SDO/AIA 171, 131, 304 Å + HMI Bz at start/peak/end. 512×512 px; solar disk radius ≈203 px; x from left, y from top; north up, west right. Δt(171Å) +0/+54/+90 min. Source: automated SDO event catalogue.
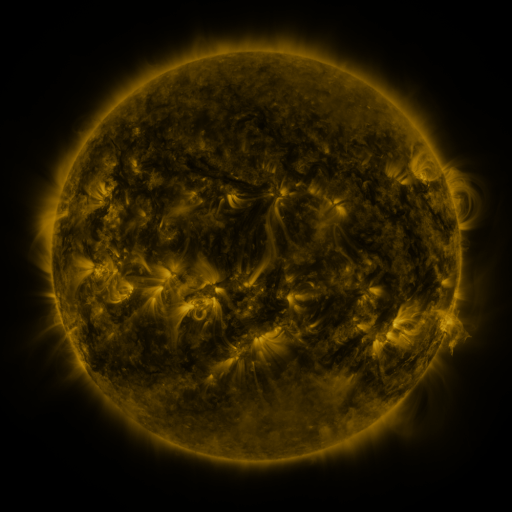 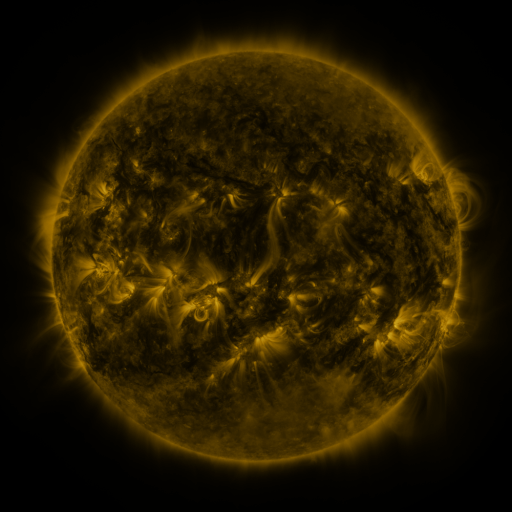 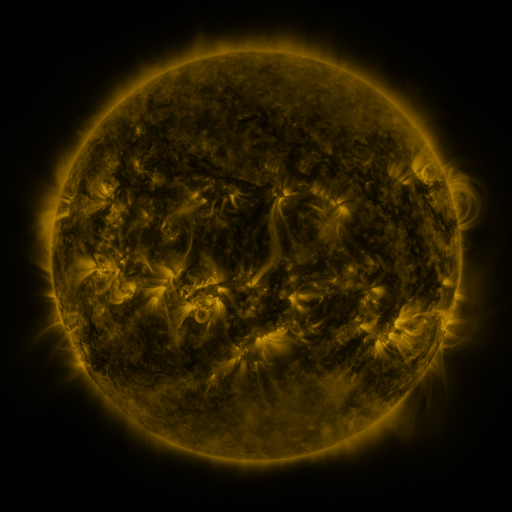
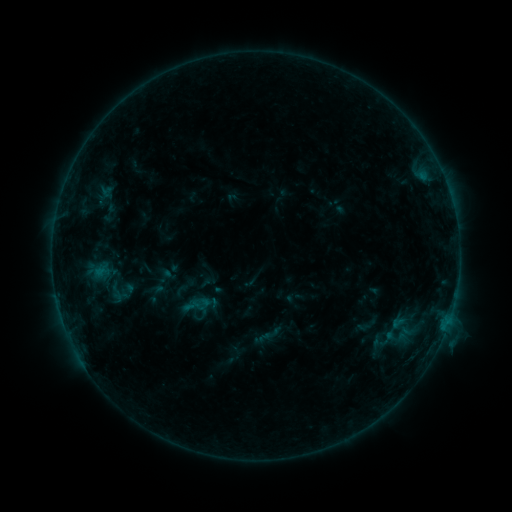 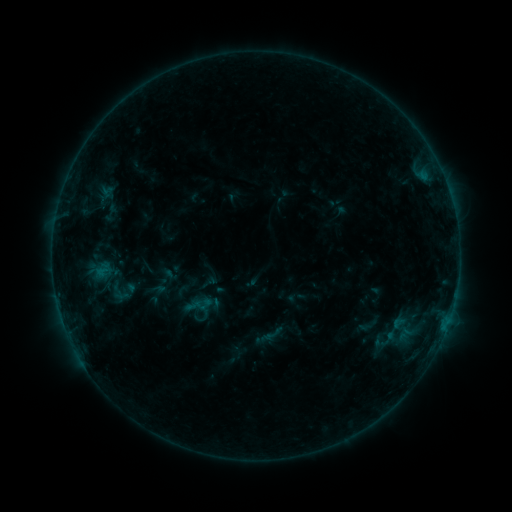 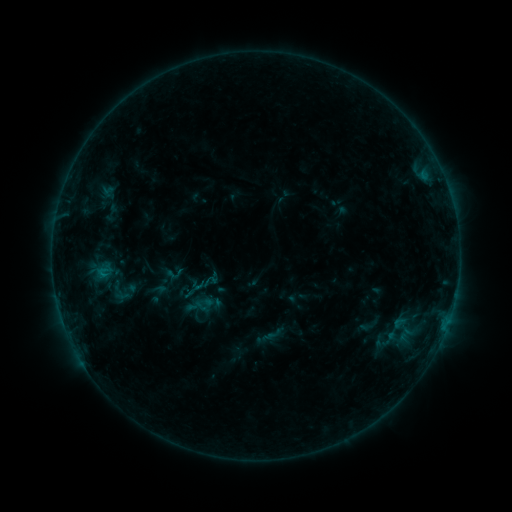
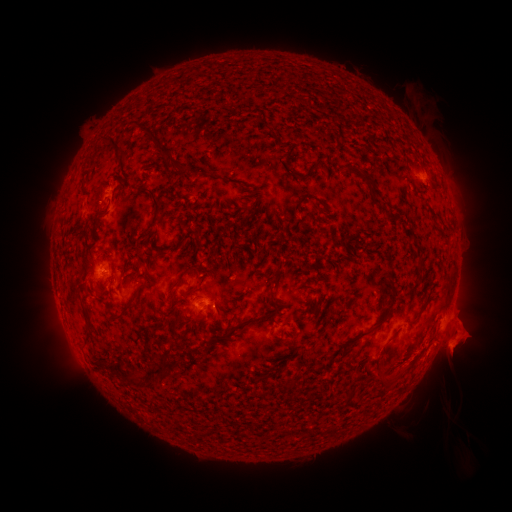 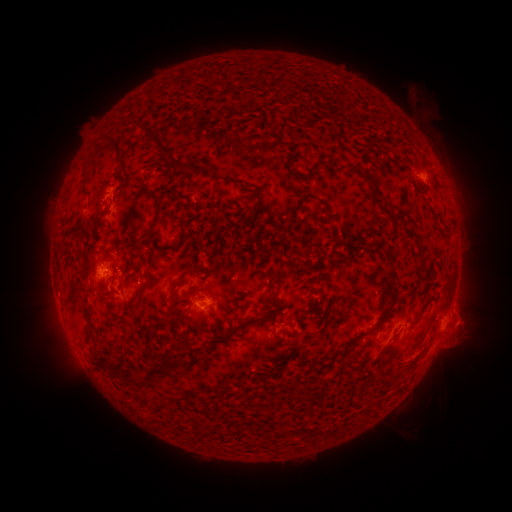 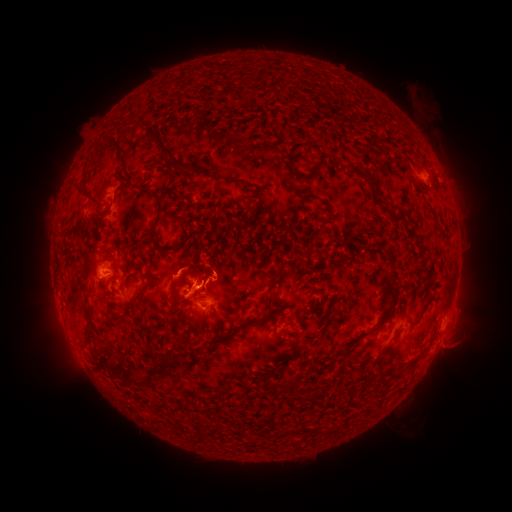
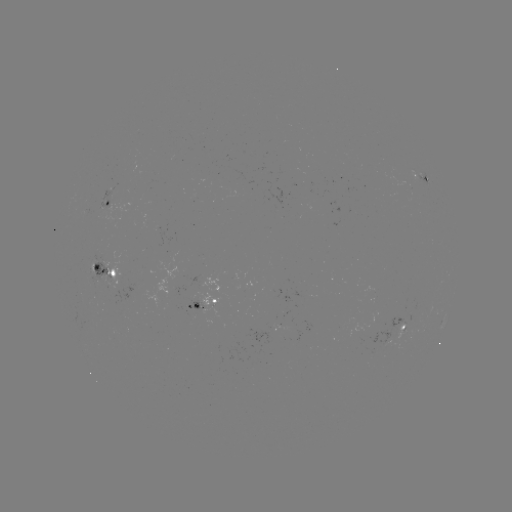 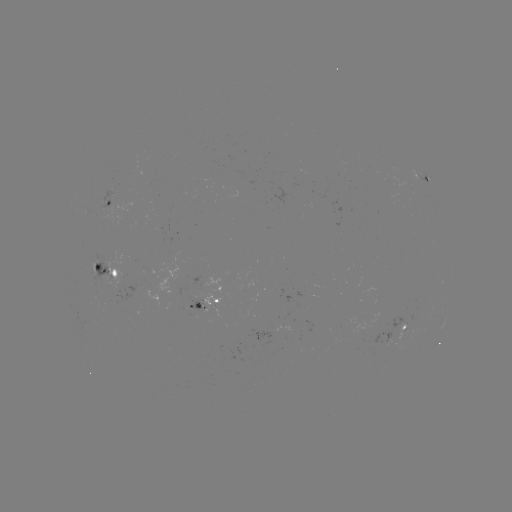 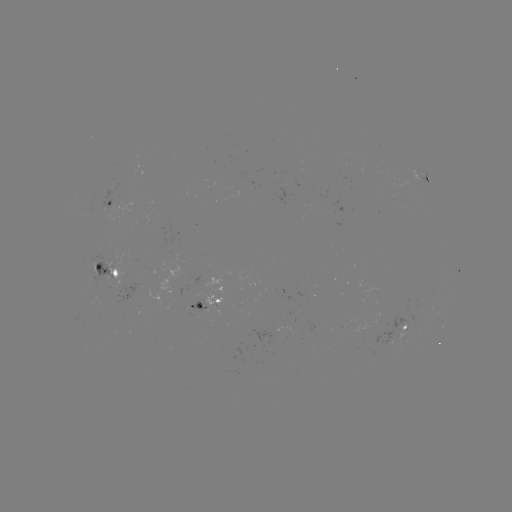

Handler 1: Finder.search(emerging-flux region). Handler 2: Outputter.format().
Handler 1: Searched emerging-flux region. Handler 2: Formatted [392, 167].